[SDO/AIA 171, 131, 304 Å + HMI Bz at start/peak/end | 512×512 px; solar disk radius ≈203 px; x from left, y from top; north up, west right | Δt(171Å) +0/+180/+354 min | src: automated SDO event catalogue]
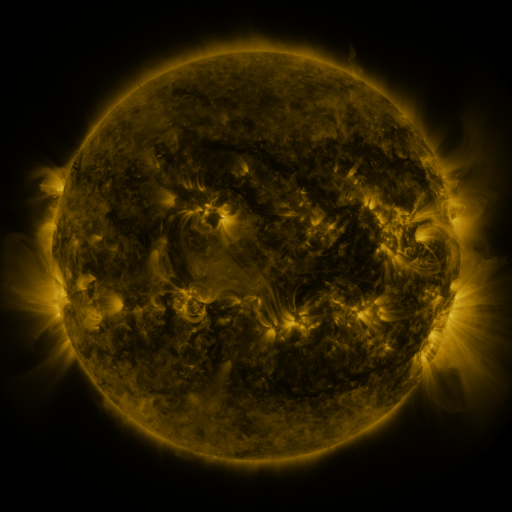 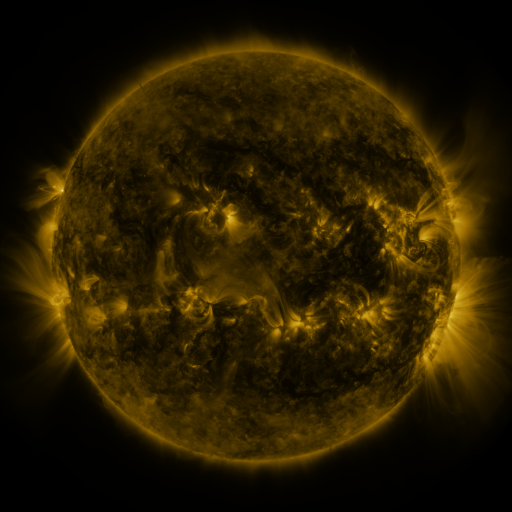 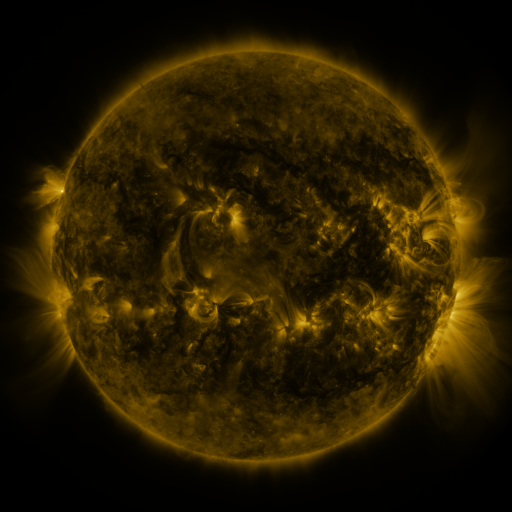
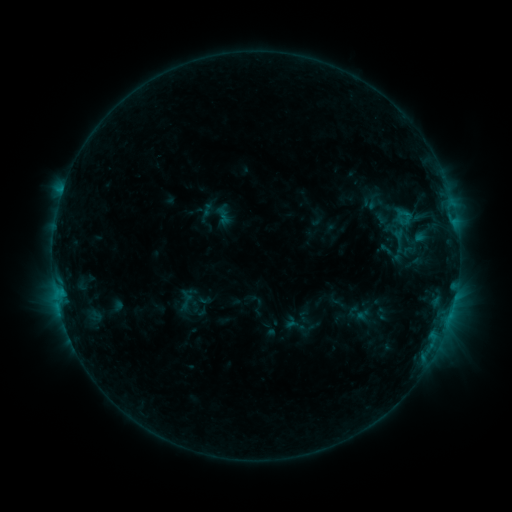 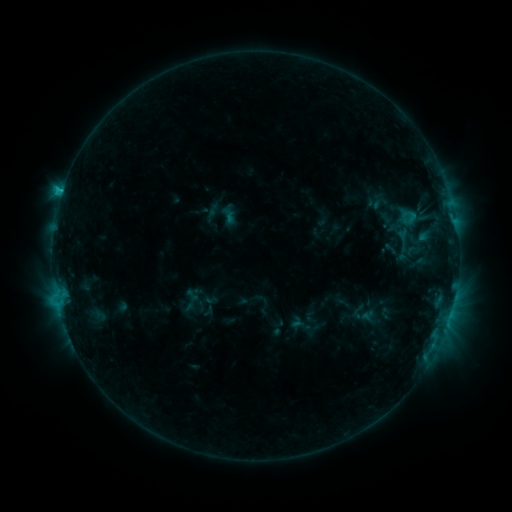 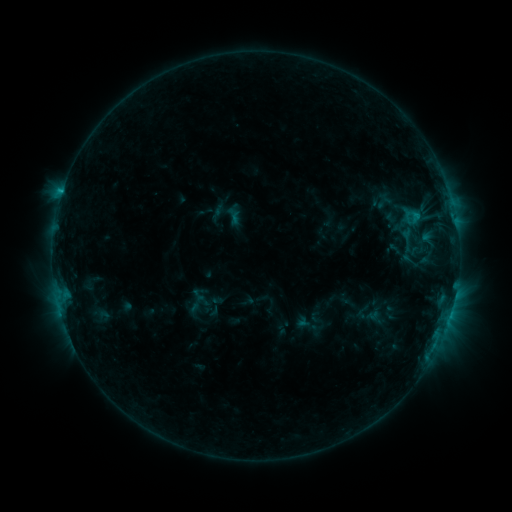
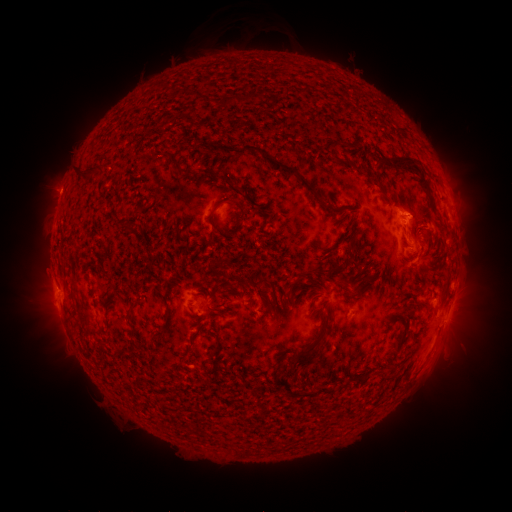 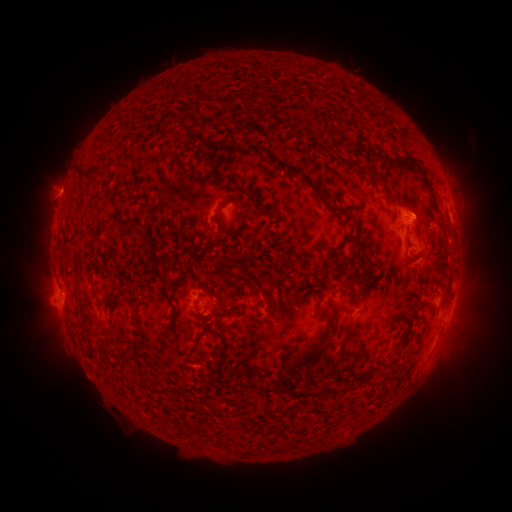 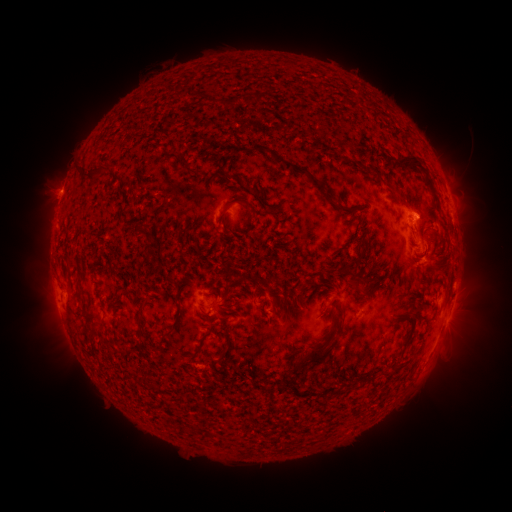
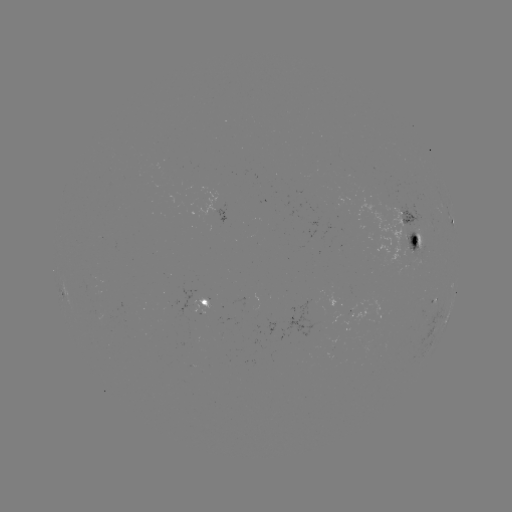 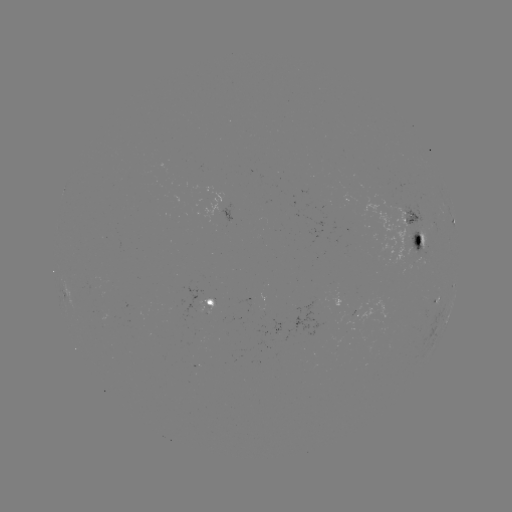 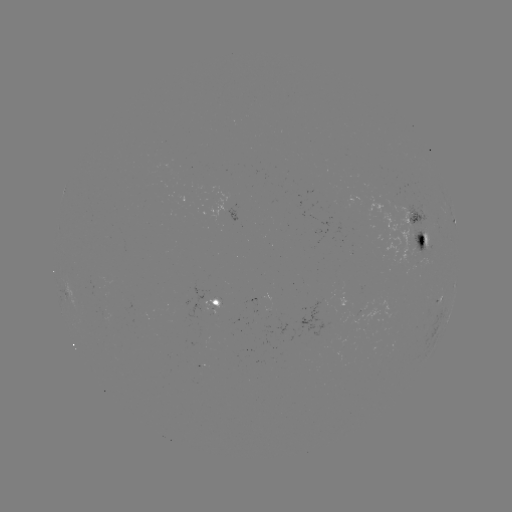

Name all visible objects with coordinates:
filament eruption: (38, 291)
